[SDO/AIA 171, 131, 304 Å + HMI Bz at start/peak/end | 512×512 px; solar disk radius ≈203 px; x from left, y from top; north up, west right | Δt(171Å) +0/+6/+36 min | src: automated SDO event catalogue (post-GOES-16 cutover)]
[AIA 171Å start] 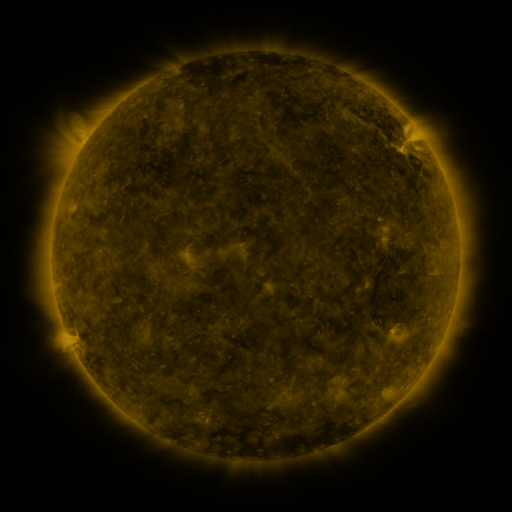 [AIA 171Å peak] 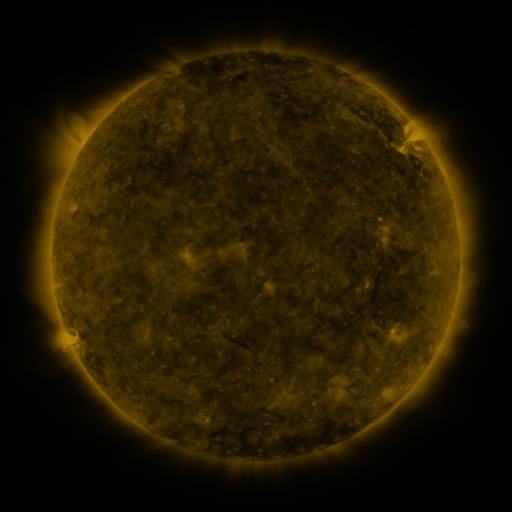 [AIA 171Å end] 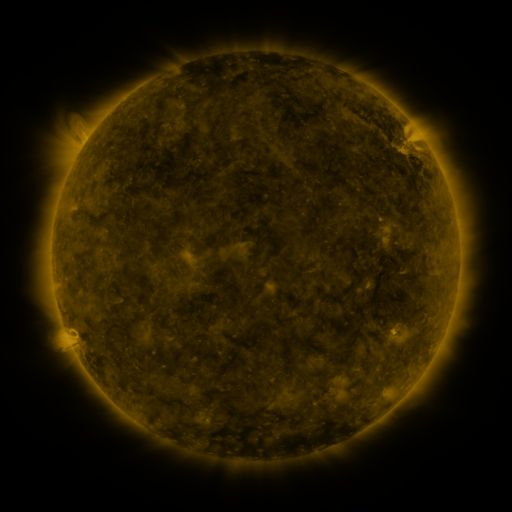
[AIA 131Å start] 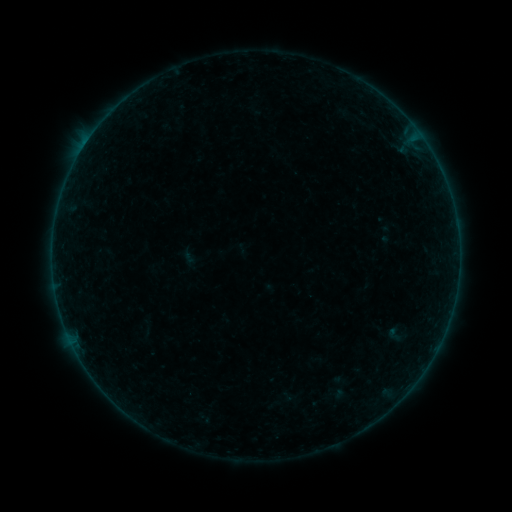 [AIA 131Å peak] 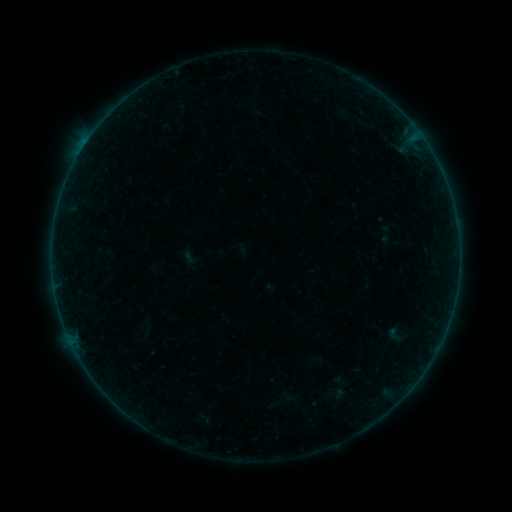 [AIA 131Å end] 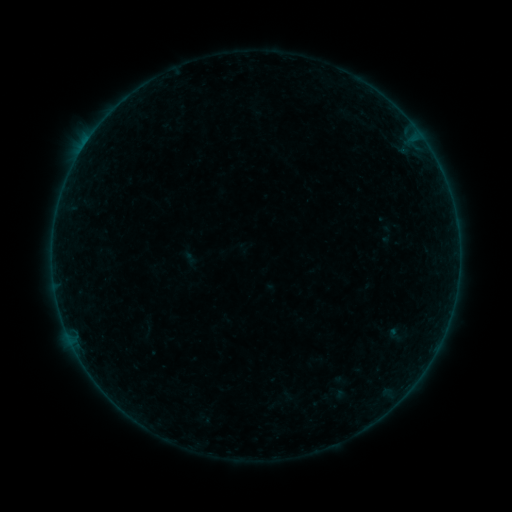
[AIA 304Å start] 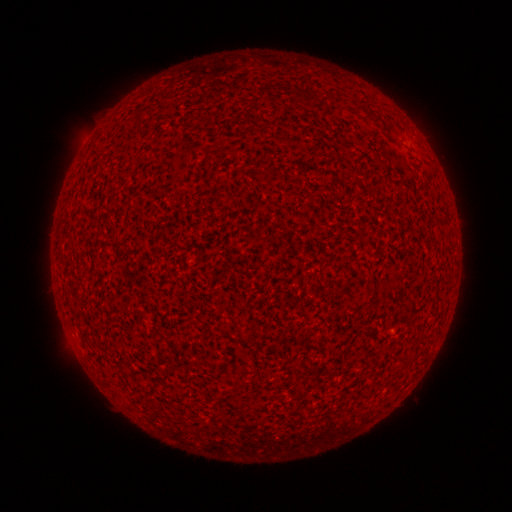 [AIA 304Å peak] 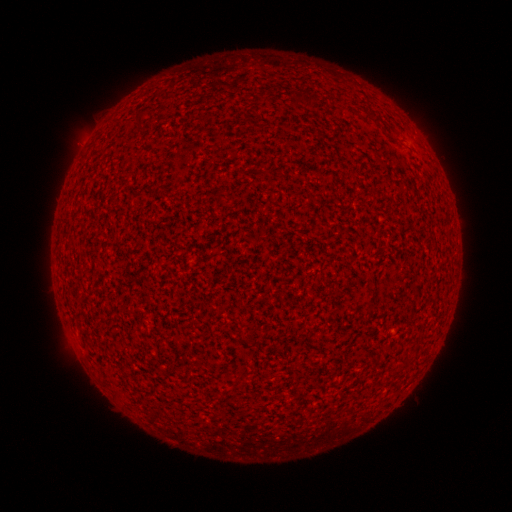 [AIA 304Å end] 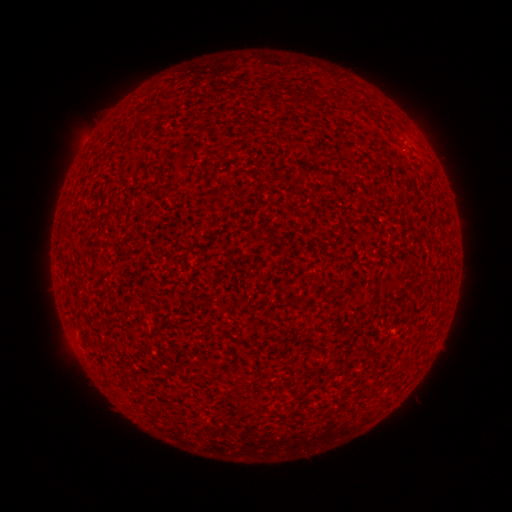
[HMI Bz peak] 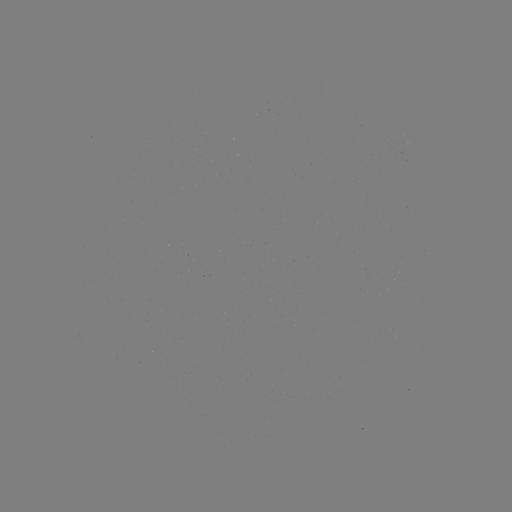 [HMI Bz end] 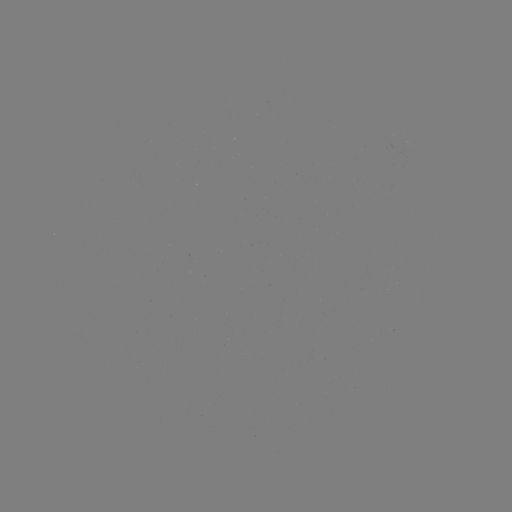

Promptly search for A8.4 flare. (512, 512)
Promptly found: [85, 145].